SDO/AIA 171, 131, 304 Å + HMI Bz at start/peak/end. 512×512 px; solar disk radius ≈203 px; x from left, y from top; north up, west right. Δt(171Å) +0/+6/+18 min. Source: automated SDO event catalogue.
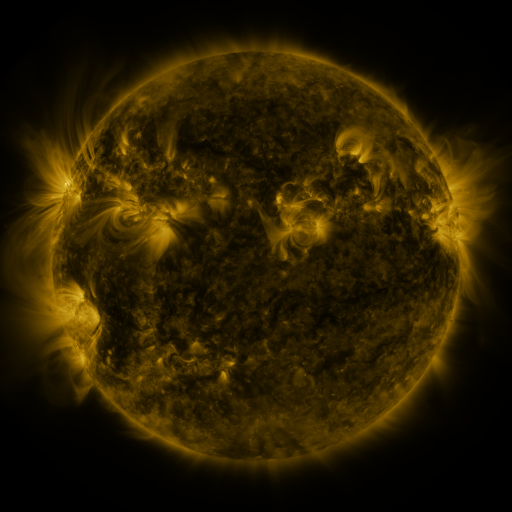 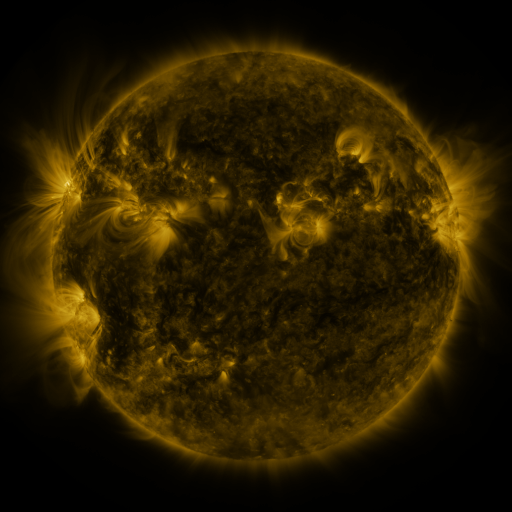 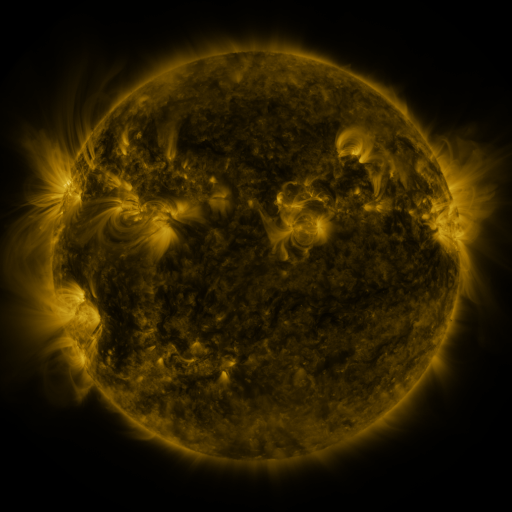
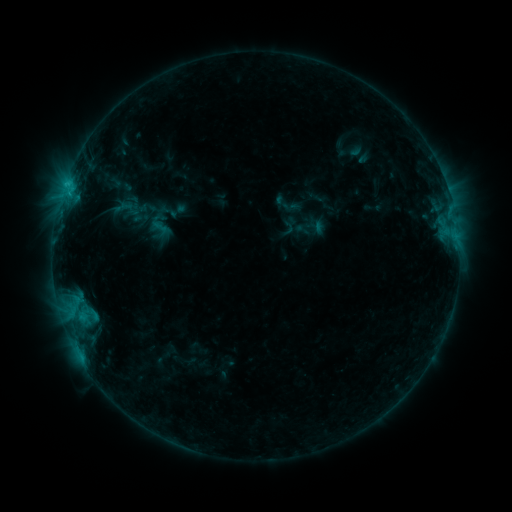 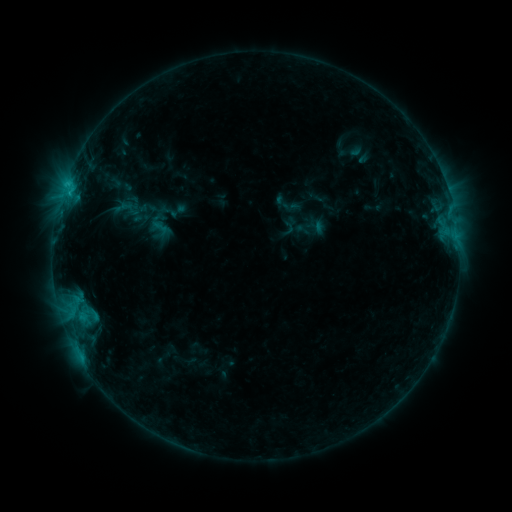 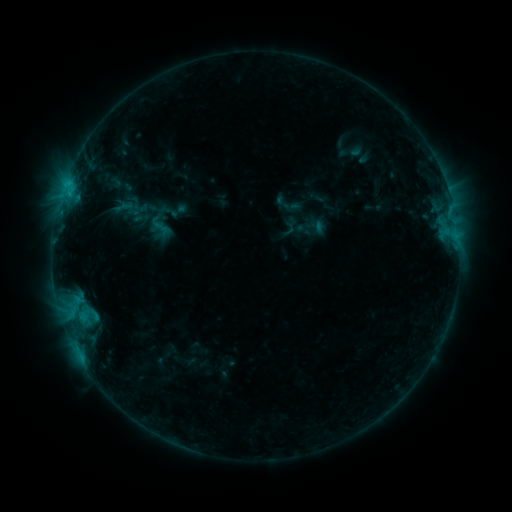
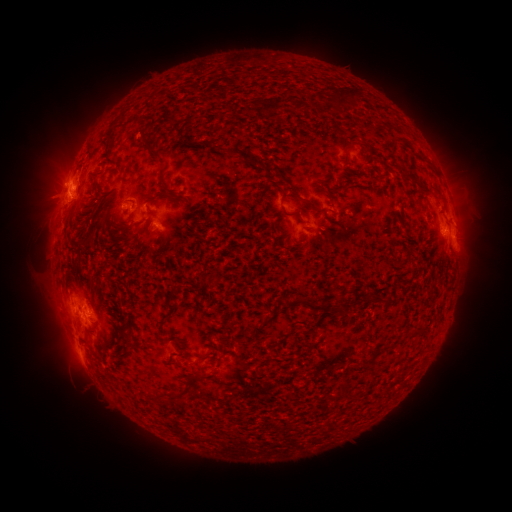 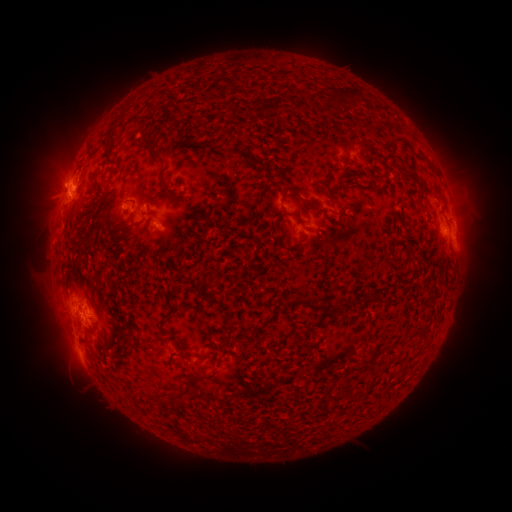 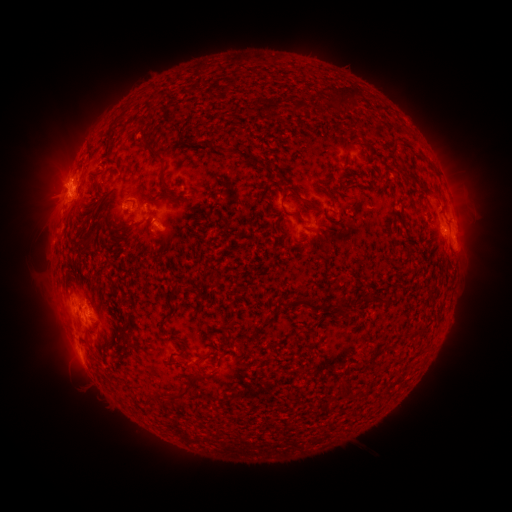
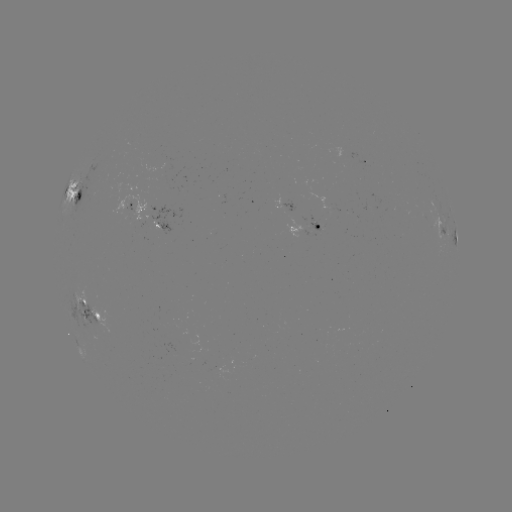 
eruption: (17, 132, 89, 236)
